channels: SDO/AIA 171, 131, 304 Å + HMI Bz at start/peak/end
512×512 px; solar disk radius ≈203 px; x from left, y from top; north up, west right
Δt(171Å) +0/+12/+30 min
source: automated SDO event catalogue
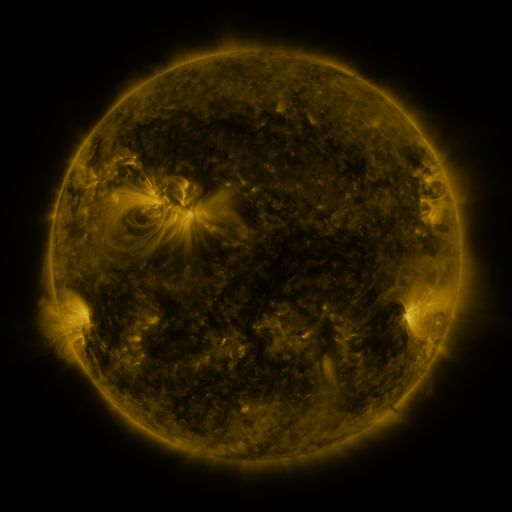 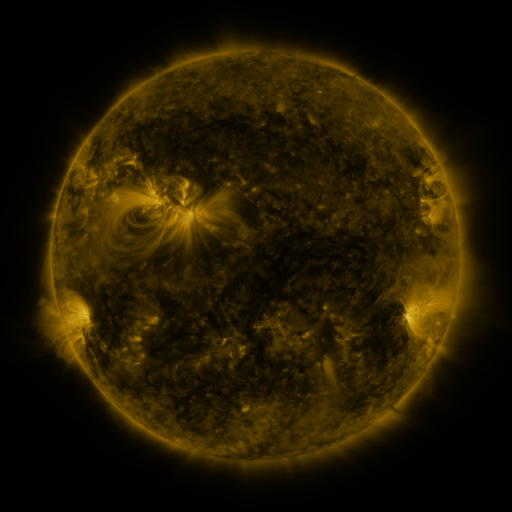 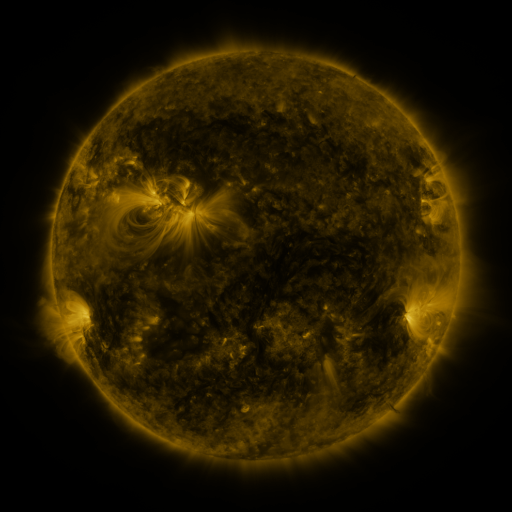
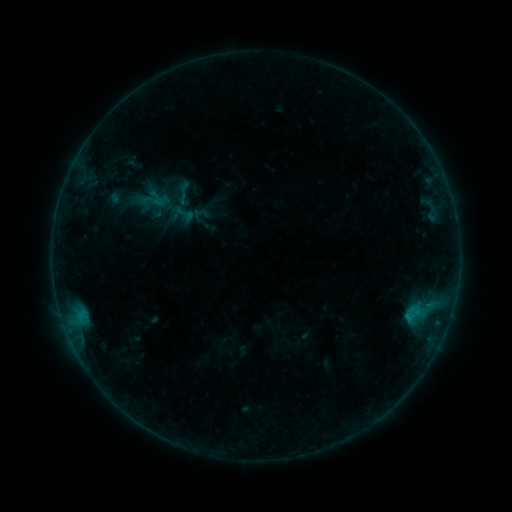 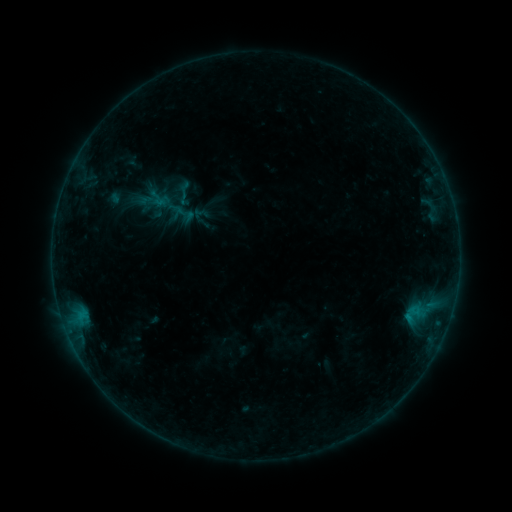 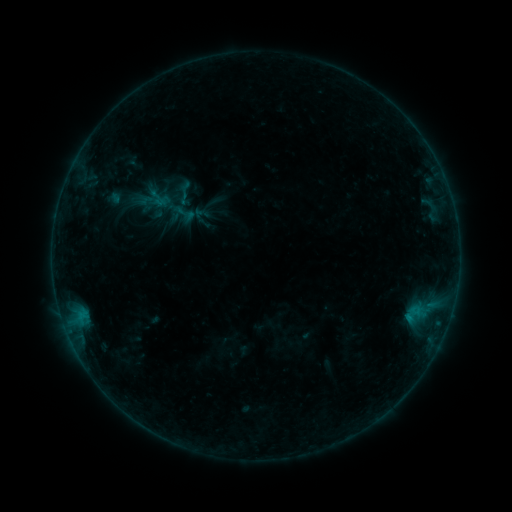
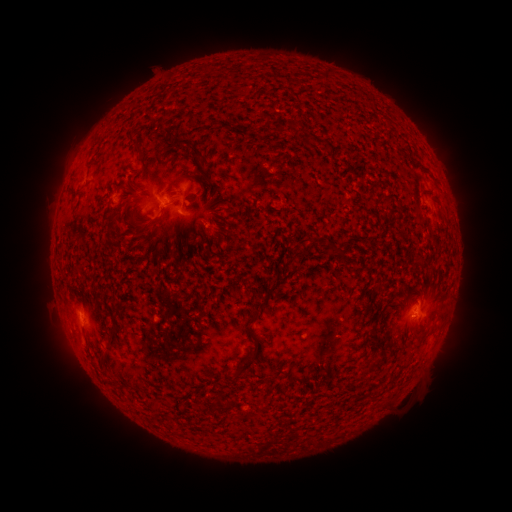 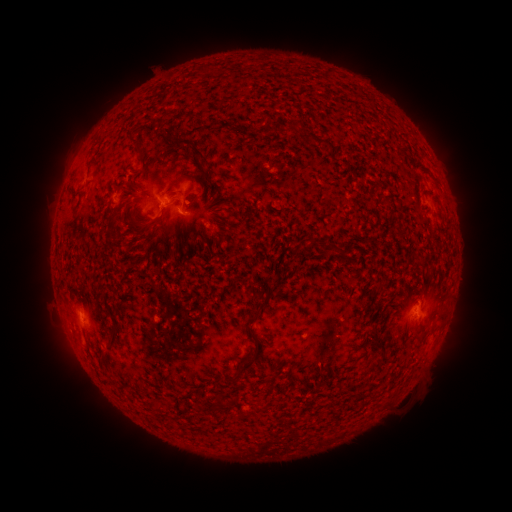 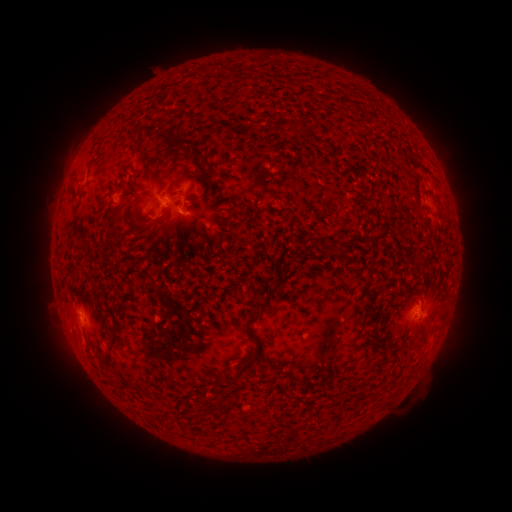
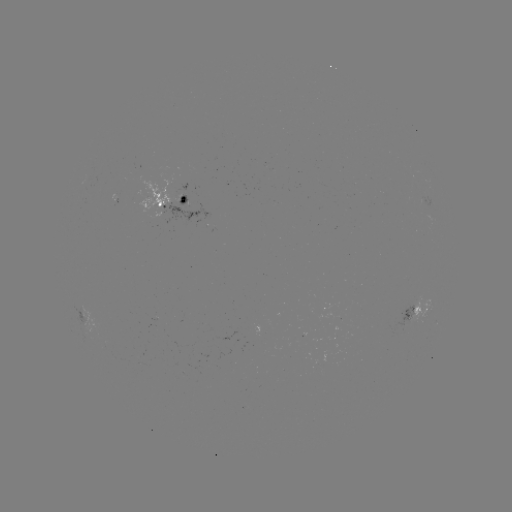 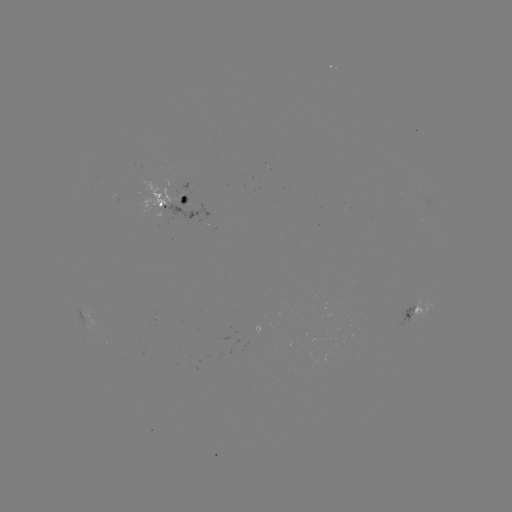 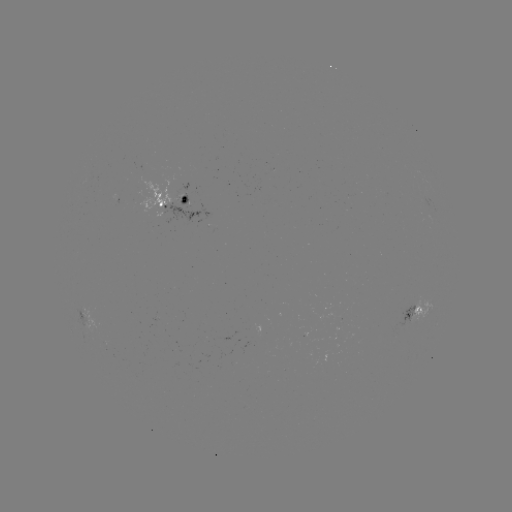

no classed flare was catalogued and no EUV brightening was flagged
